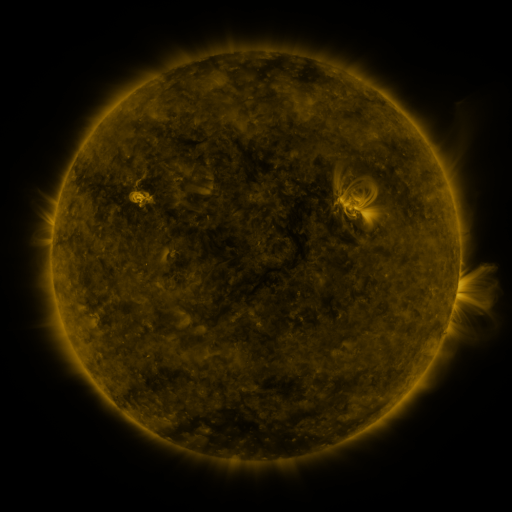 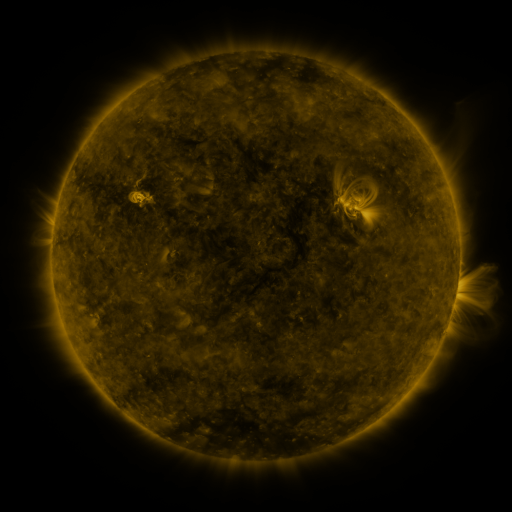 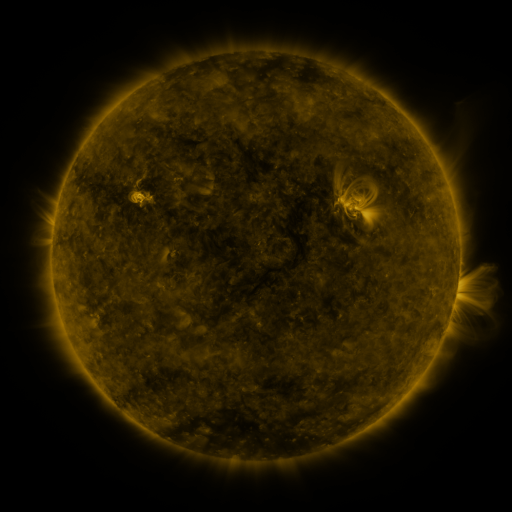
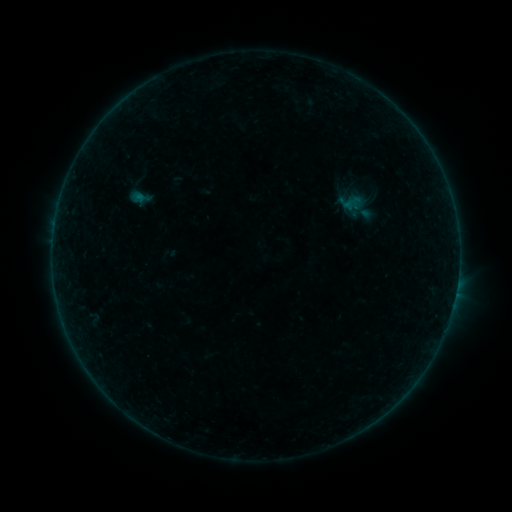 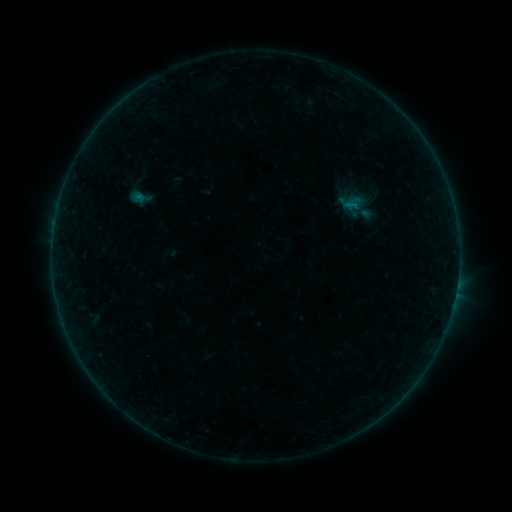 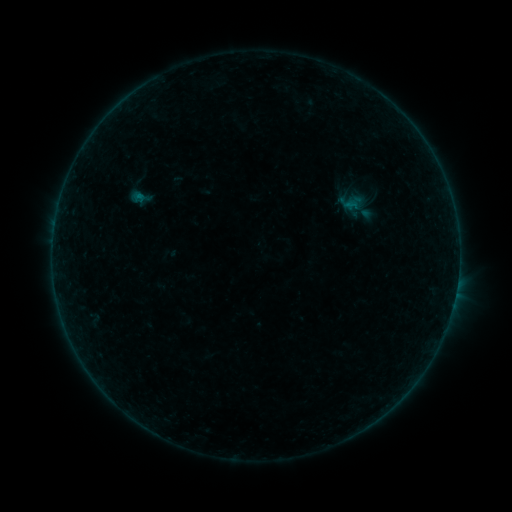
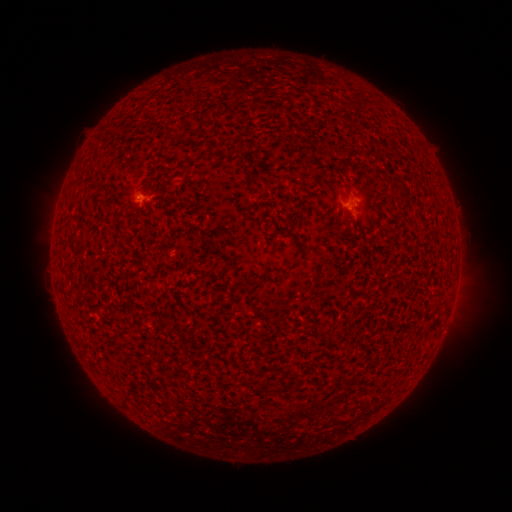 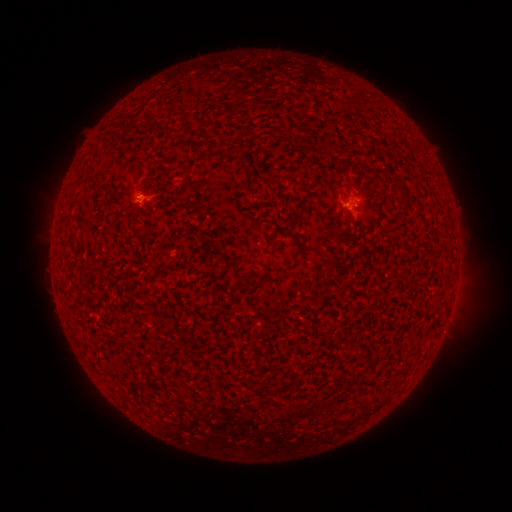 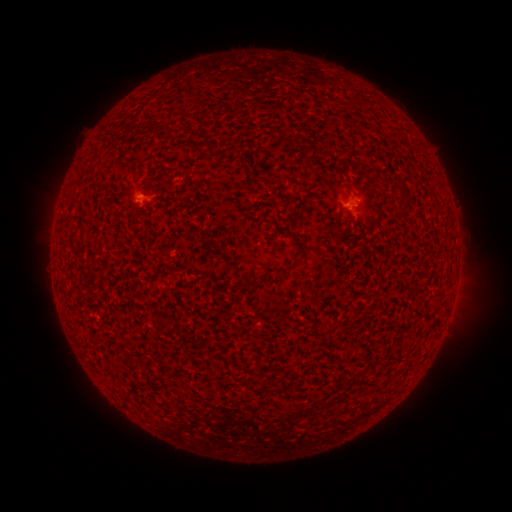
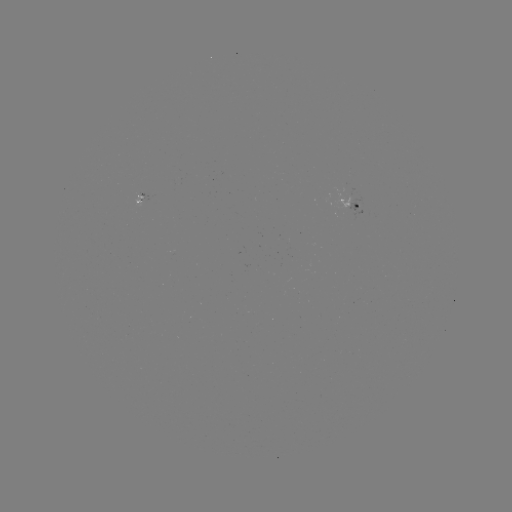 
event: flare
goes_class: B1.5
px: (349, 205)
